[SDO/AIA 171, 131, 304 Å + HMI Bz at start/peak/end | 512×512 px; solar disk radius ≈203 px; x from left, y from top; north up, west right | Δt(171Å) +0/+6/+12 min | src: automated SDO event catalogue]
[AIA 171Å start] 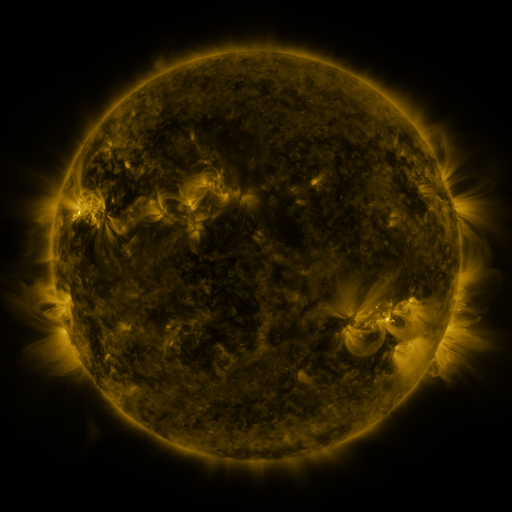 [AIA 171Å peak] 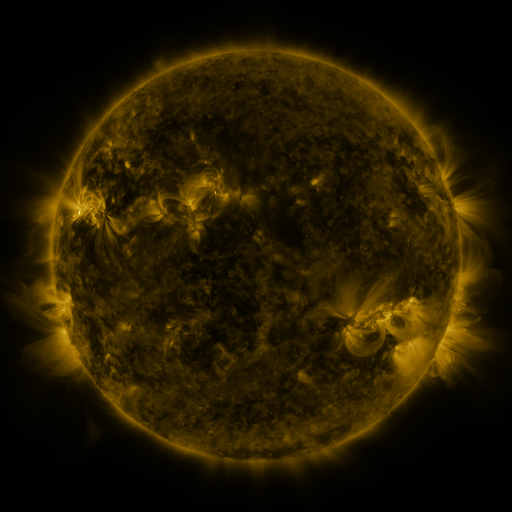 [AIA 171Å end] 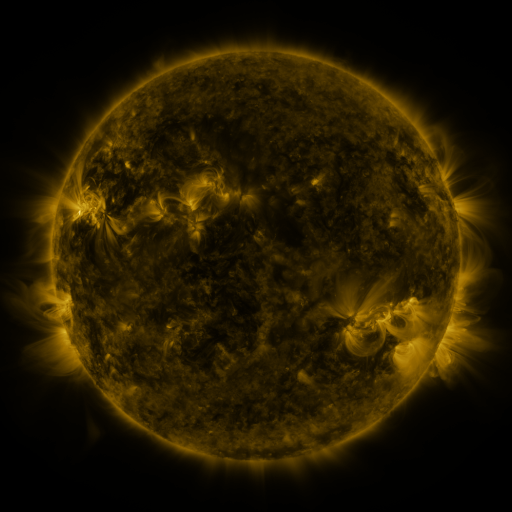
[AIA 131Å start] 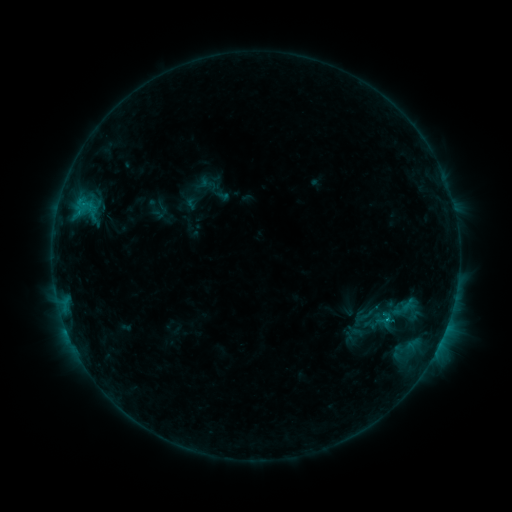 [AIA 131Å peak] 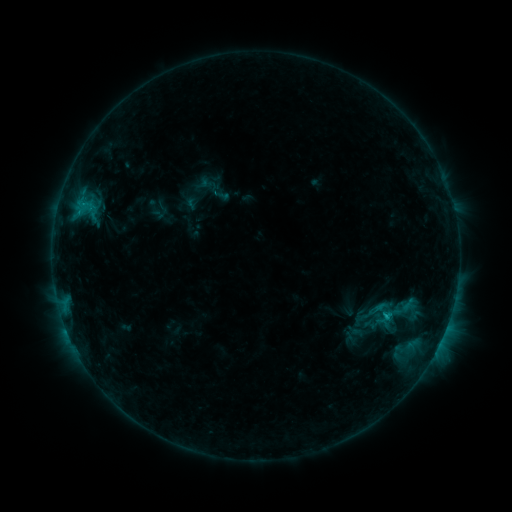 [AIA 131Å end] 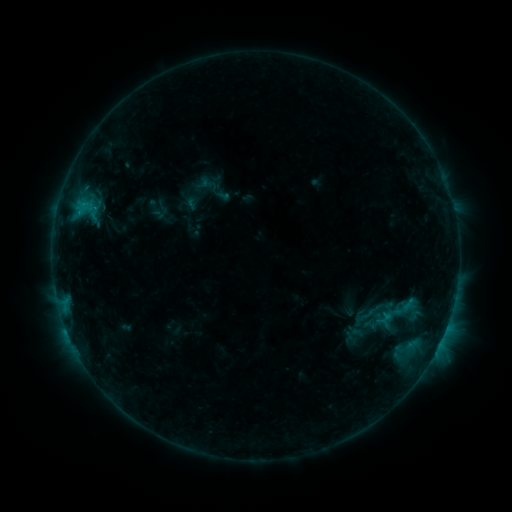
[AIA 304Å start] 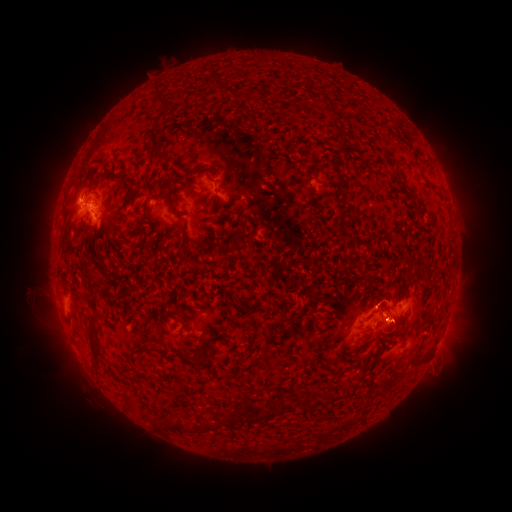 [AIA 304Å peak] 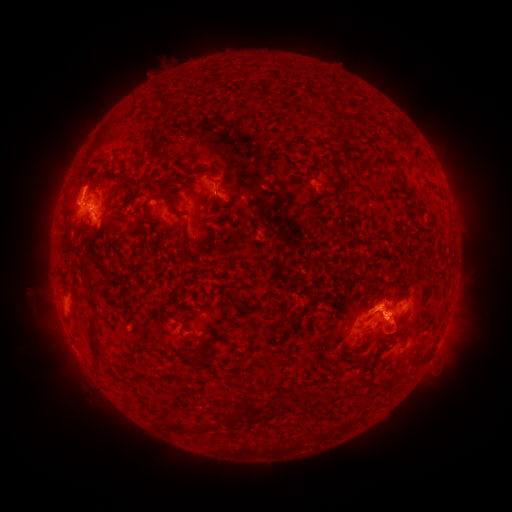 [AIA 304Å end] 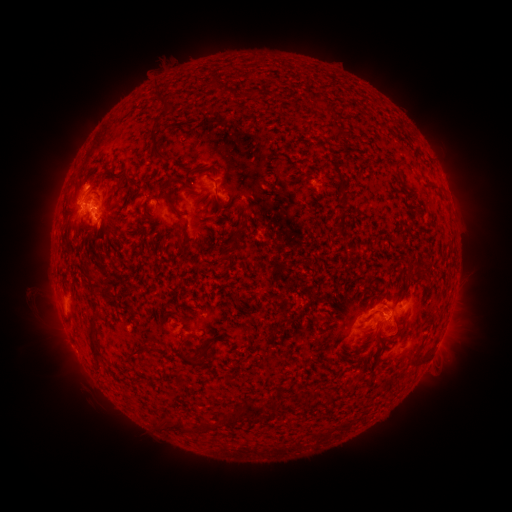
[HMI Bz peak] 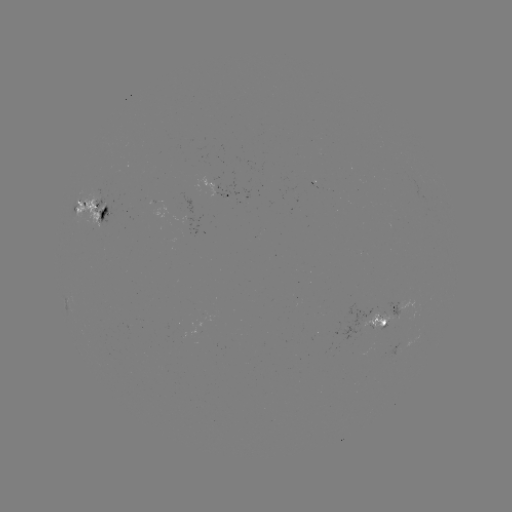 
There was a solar eruption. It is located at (80, 179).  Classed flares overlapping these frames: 1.